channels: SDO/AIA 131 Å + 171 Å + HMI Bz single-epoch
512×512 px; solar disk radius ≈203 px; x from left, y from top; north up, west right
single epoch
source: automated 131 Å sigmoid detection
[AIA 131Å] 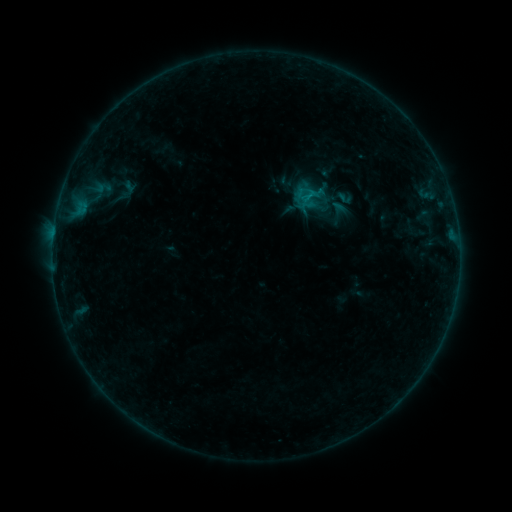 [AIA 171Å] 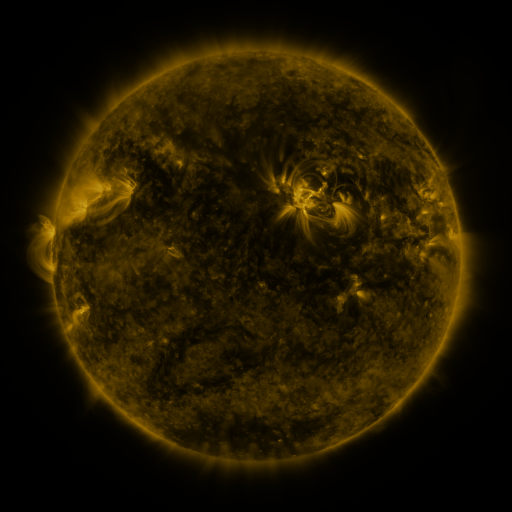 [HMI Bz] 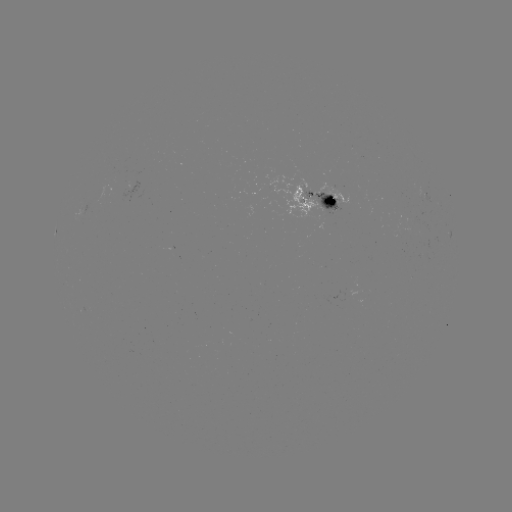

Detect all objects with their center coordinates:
sigmoid: <bbox>335, 189, 355, 207</bbox>
sigmoid: <bbox>322, 196, 356, 230</bbox>
